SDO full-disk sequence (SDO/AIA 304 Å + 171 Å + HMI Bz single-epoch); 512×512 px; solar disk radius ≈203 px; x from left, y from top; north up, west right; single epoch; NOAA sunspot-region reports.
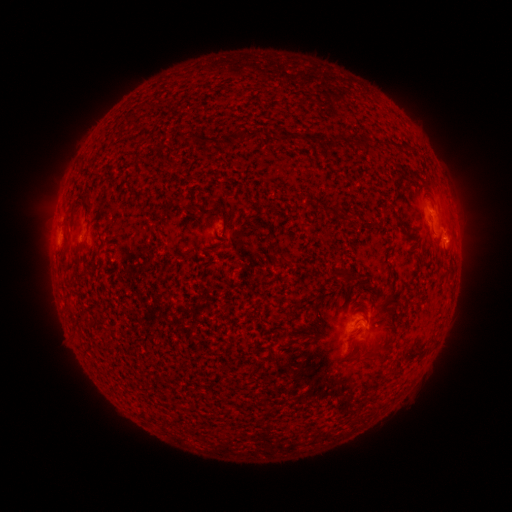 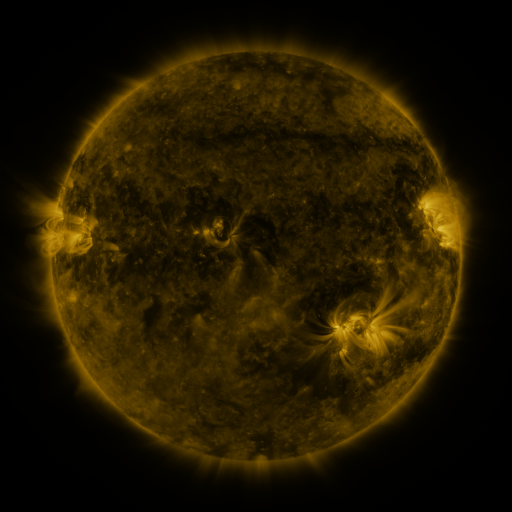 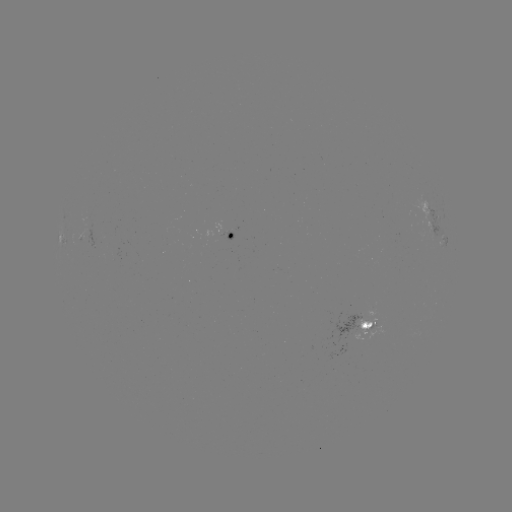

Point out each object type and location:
spotted active region: (432, 212)
spotted active region: (235, 238)
spotted active region: (447, 241)
spotted active region: (360, 326)
